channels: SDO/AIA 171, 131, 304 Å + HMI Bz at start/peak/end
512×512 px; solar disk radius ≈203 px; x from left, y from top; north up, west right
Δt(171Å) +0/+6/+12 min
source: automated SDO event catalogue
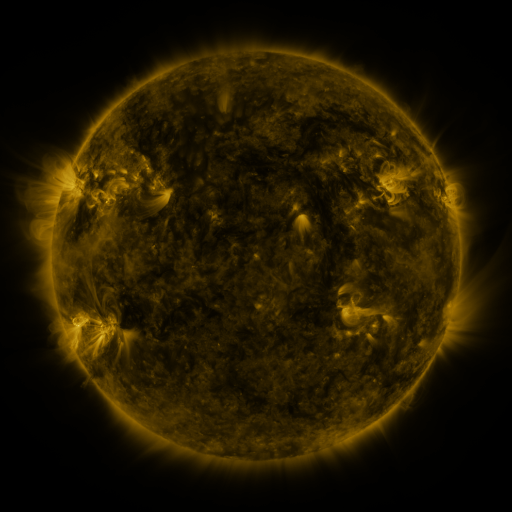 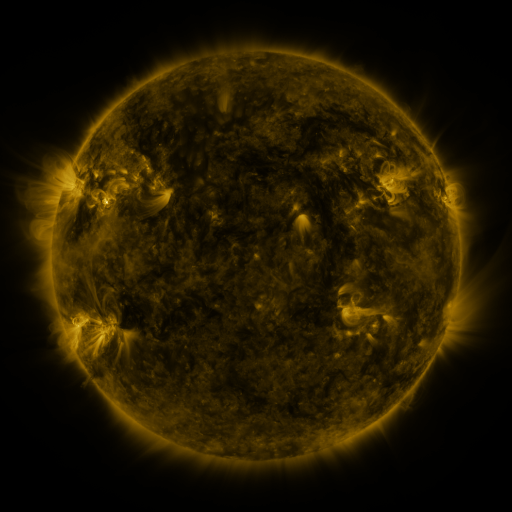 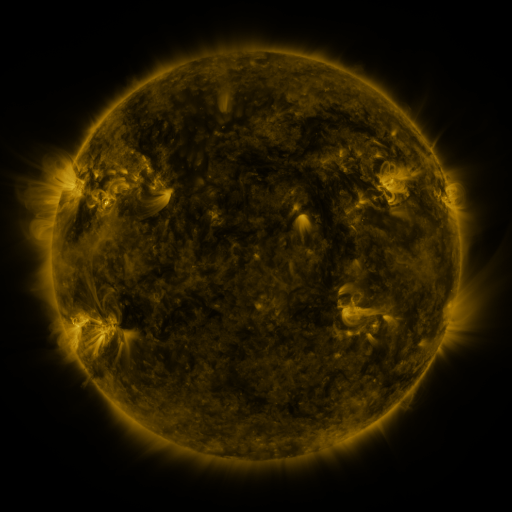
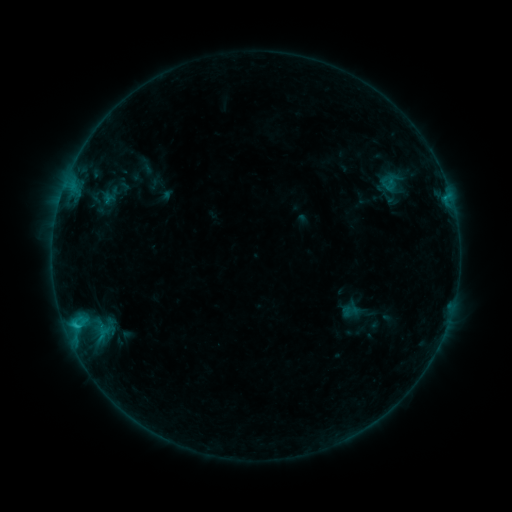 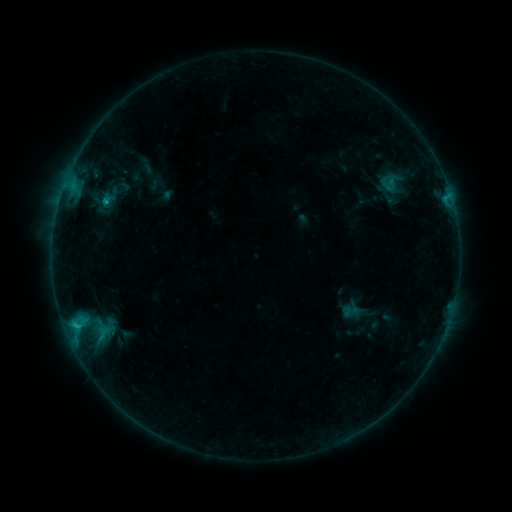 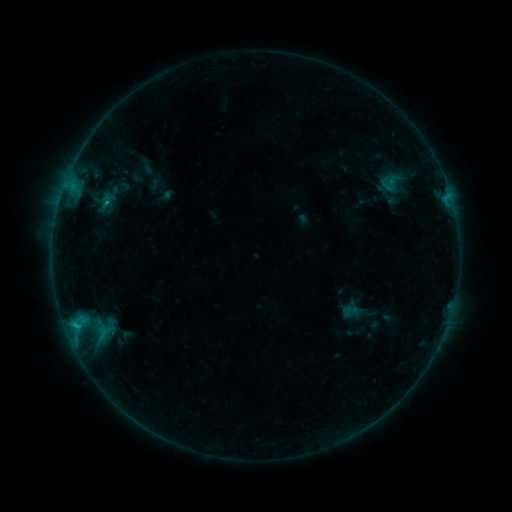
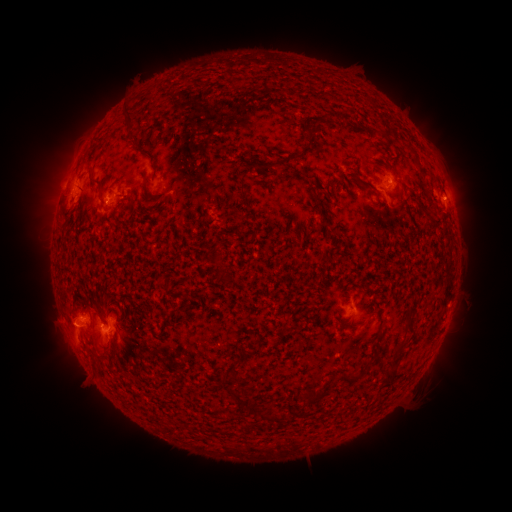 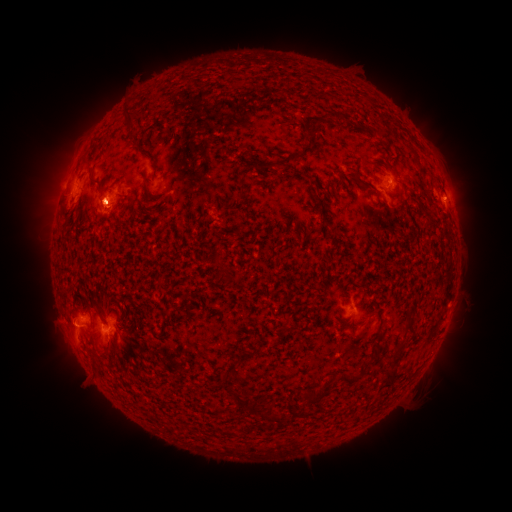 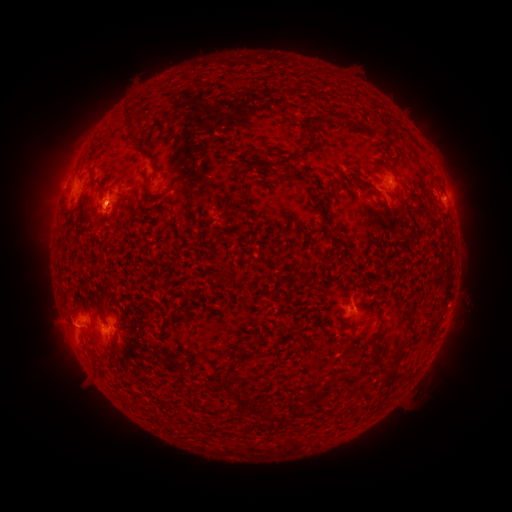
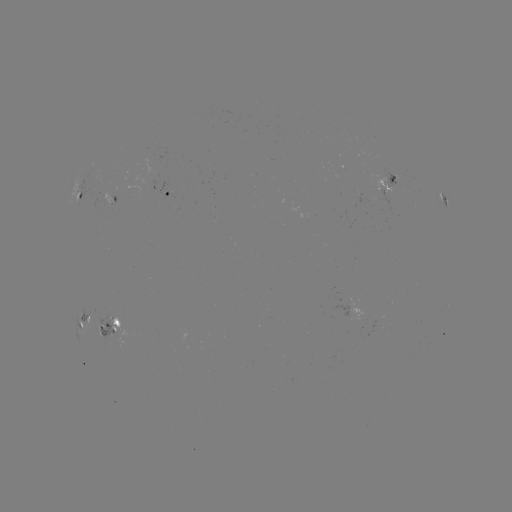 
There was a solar eruption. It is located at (97, 204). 